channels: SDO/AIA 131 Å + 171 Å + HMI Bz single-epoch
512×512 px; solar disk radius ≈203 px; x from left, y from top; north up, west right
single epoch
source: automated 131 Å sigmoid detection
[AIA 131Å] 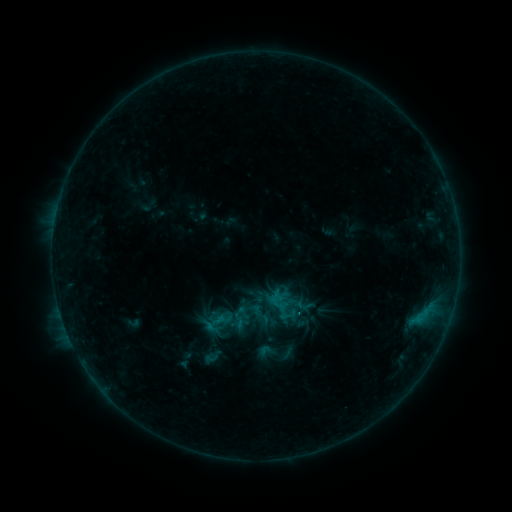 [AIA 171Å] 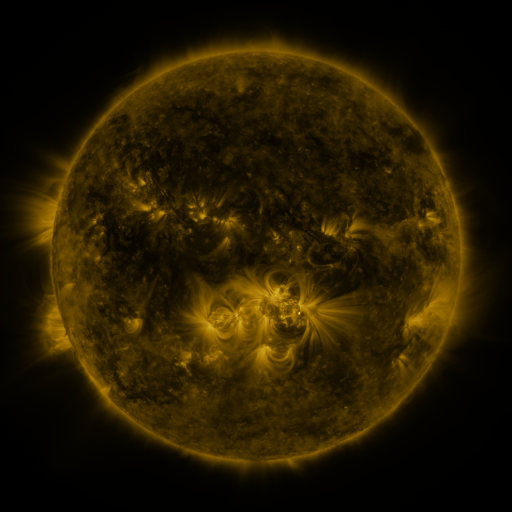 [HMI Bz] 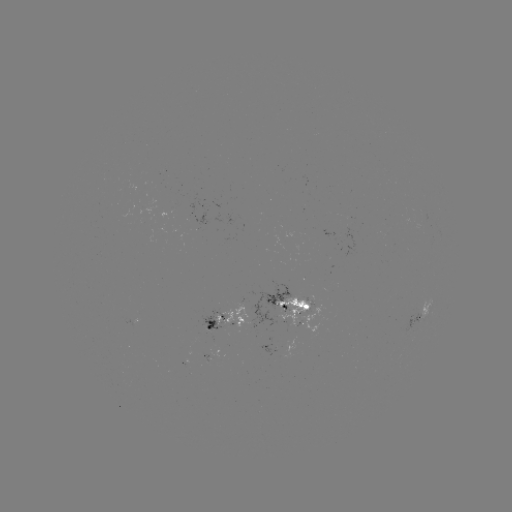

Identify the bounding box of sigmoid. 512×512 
[259, 342, 277, 359].